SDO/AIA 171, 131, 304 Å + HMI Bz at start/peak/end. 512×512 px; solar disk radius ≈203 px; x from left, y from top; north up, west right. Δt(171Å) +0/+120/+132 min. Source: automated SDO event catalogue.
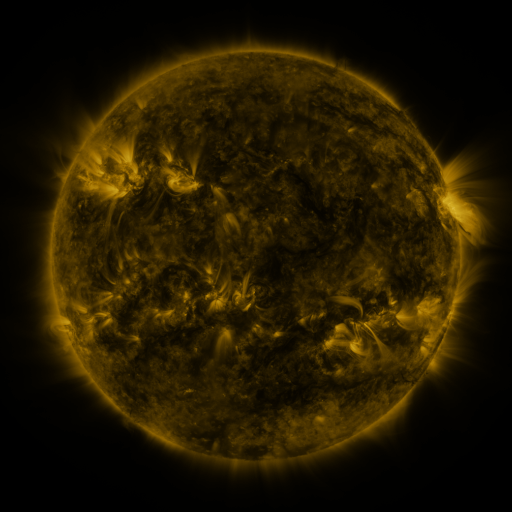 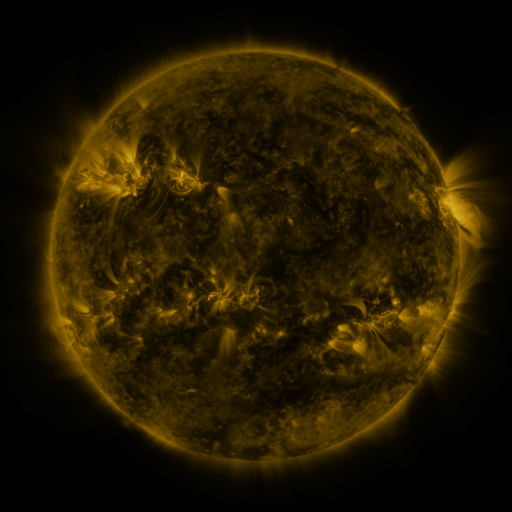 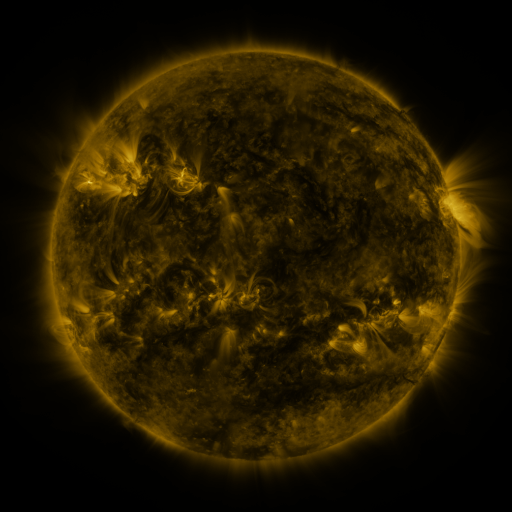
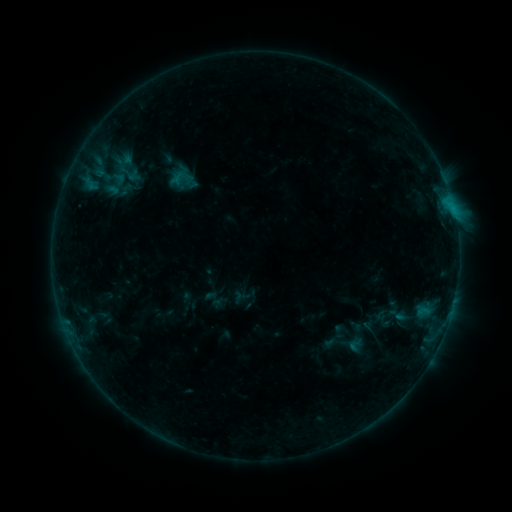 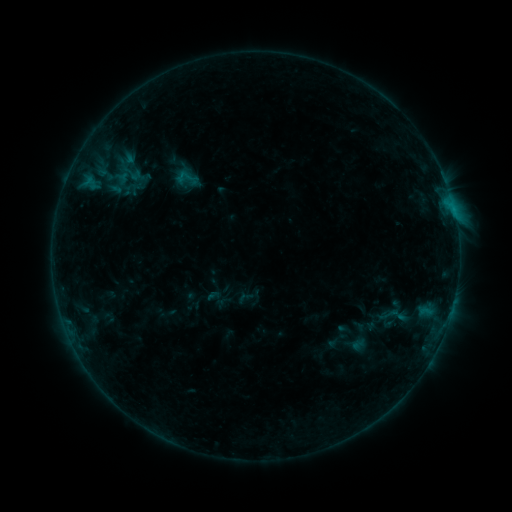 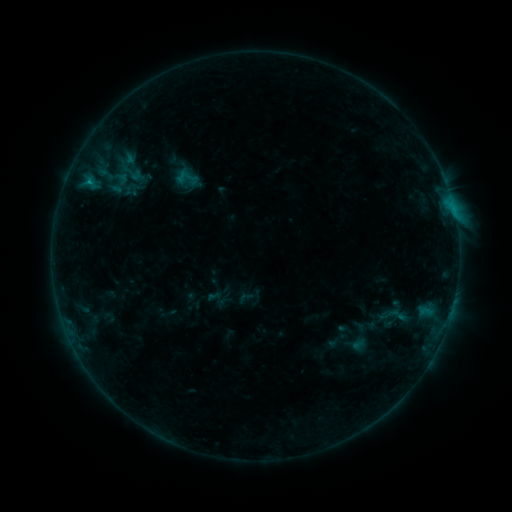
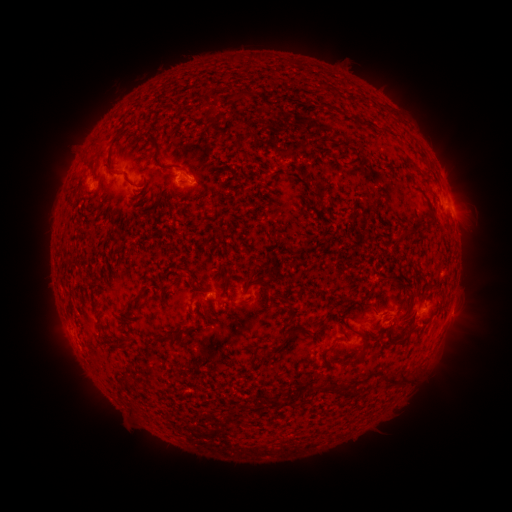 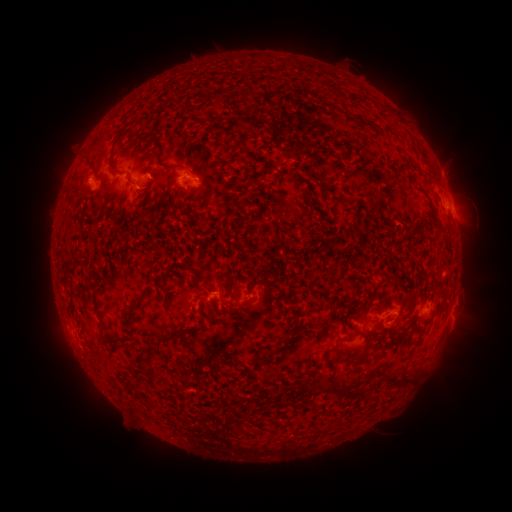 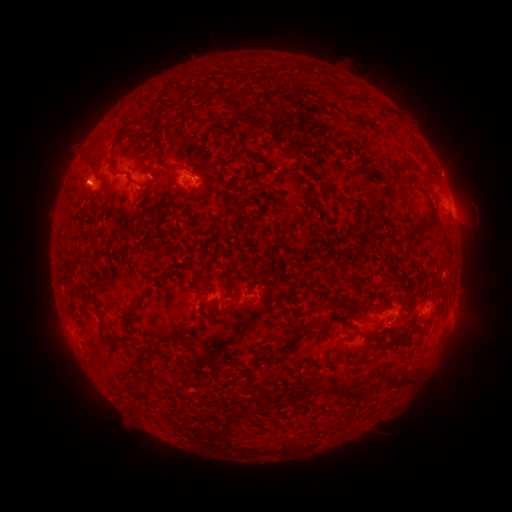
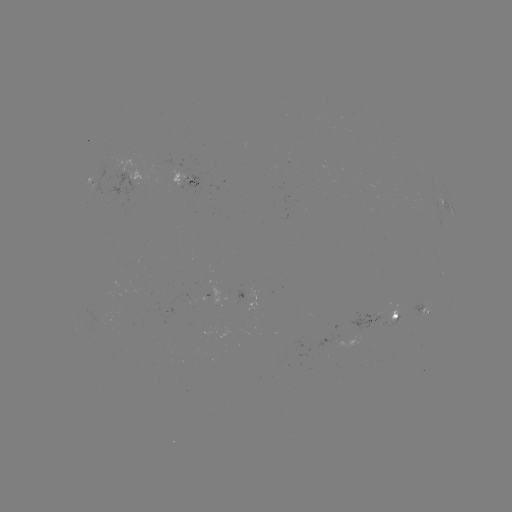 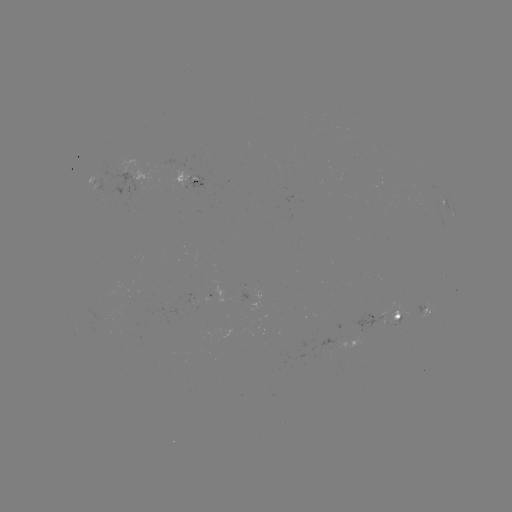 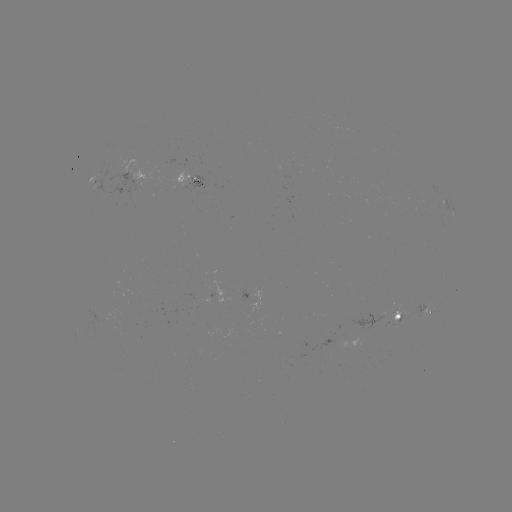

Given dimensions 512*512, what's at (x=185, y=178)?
emerging-flux region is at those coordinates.